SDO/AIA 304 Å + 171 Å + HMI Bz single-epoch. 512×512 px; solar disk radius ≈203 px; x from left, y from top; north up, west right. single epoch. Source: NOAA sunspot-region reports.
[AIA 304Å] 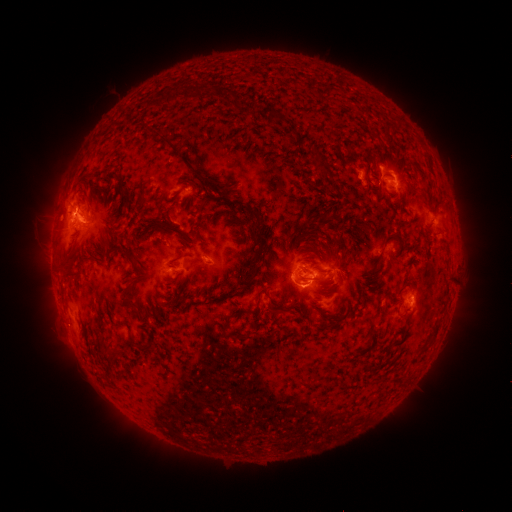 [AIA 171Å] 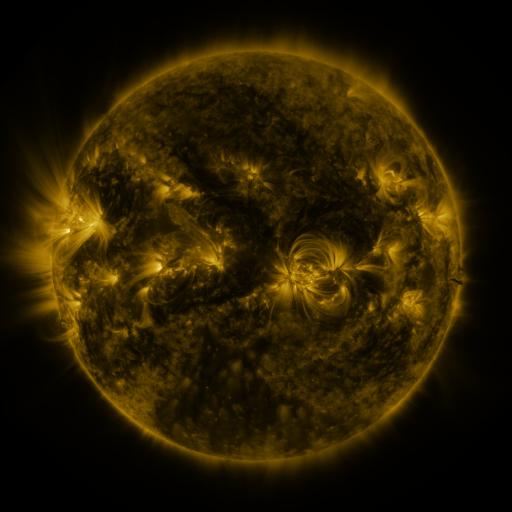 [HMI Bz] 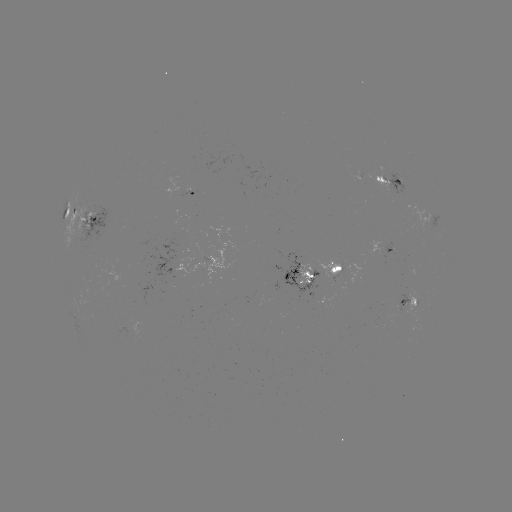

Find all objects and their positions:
spotted active region: (391, 182)
spotted active region: (194, 194)
spotted active region: (79, 221)
spotted active region: (389, 254)
spotted active region: (213, 260)
spotted active region: (174, 269)
spotted active region: (314, 271)
spotted active region: (411, 303)
